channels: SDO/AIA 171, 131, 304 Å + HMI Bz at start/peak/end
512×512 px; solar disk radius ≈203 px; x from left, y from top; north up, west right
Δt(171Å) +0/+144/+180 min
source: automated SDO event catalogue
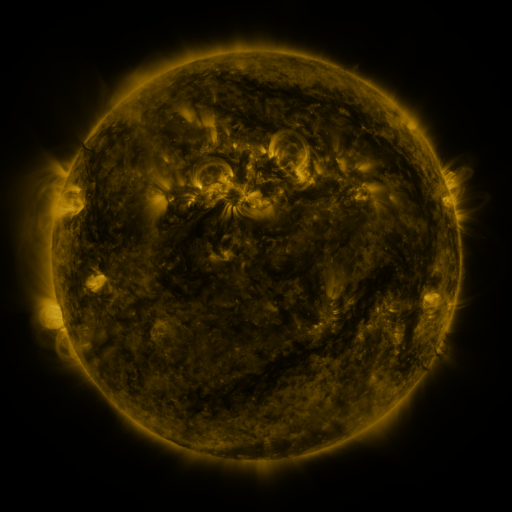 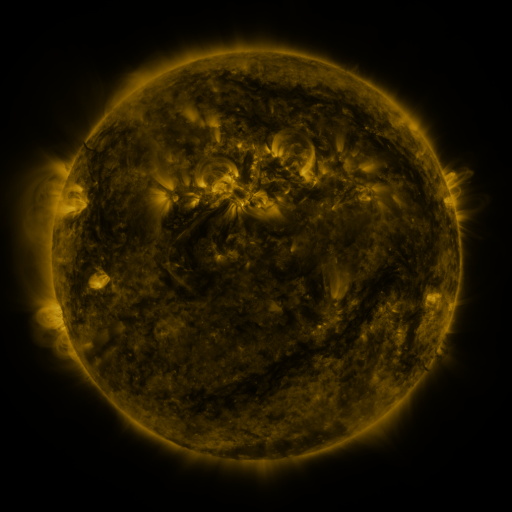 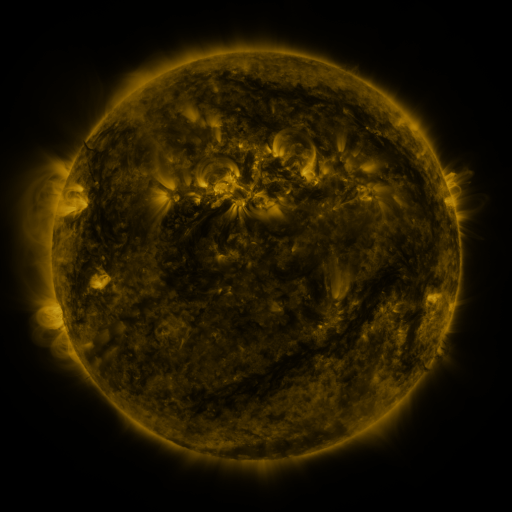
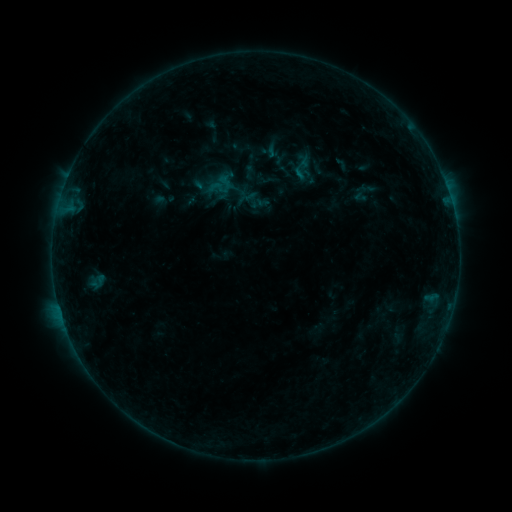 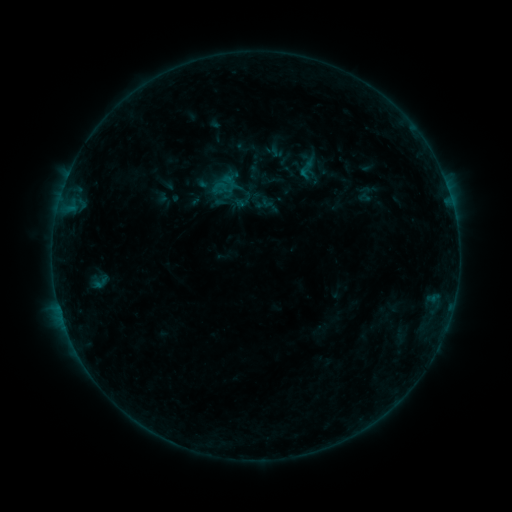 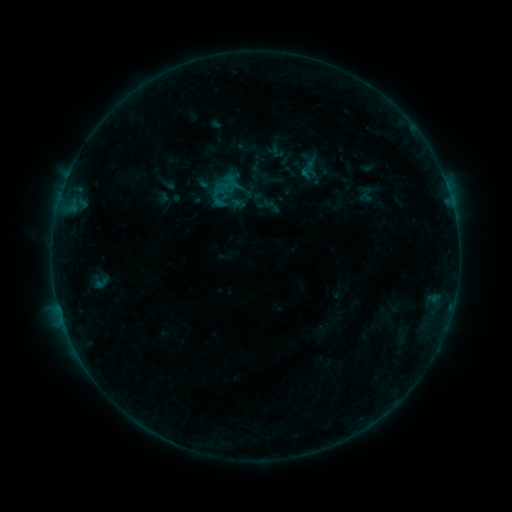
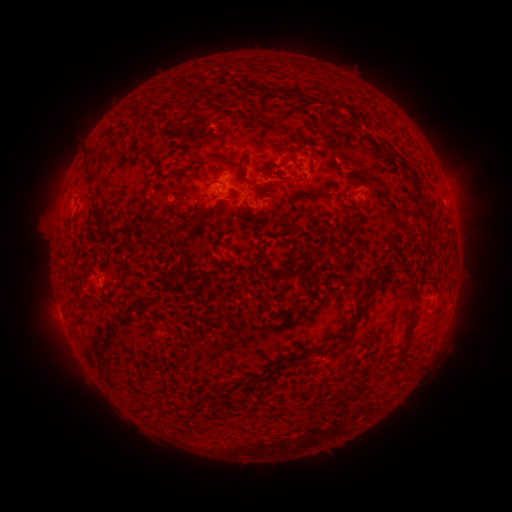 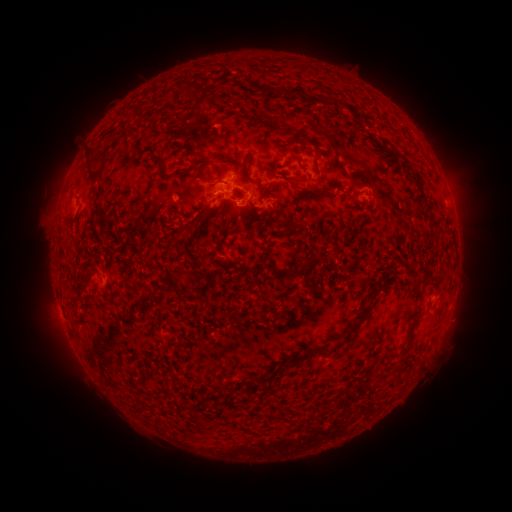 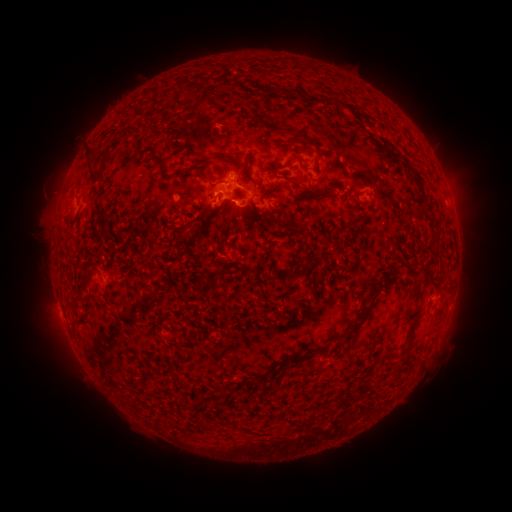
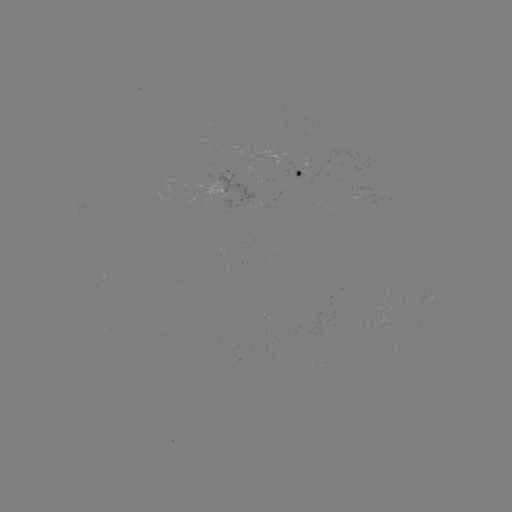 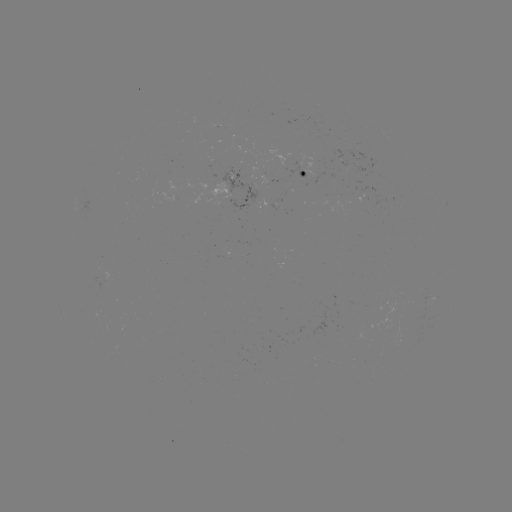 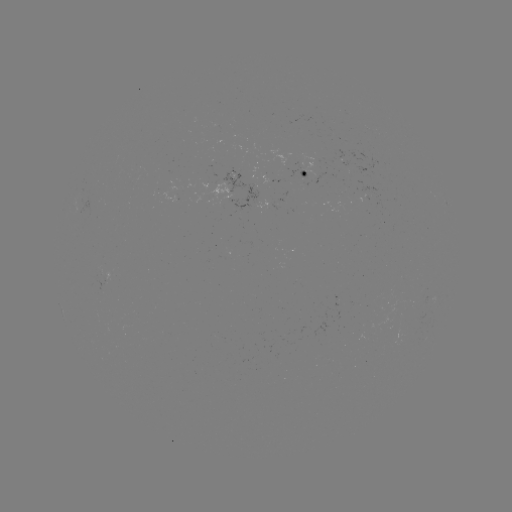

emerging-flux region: <bbox>285, 162, 307, 186</bbox>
